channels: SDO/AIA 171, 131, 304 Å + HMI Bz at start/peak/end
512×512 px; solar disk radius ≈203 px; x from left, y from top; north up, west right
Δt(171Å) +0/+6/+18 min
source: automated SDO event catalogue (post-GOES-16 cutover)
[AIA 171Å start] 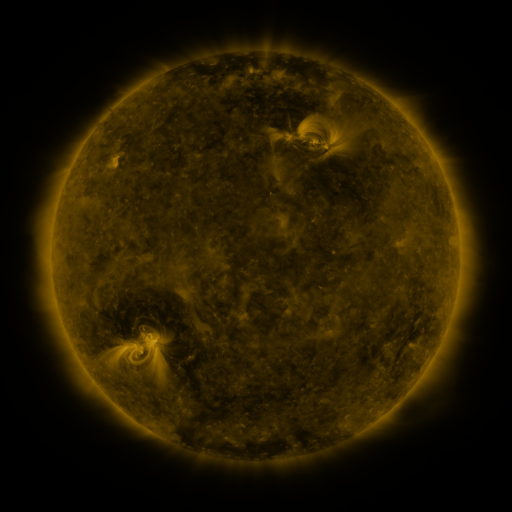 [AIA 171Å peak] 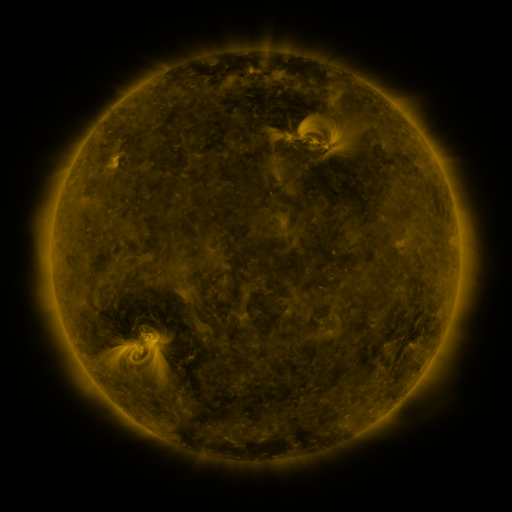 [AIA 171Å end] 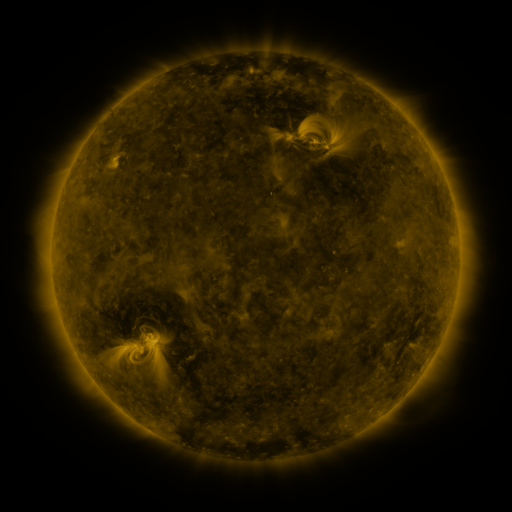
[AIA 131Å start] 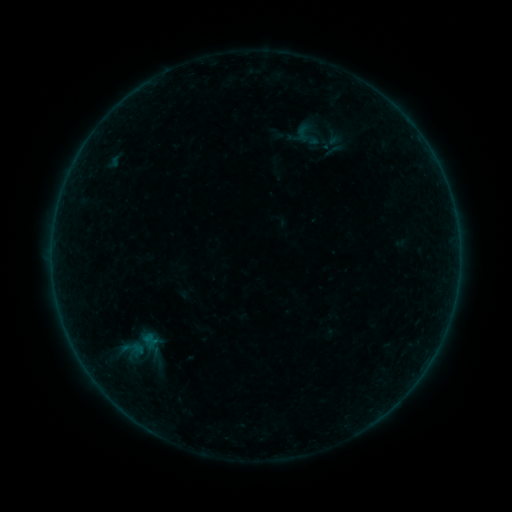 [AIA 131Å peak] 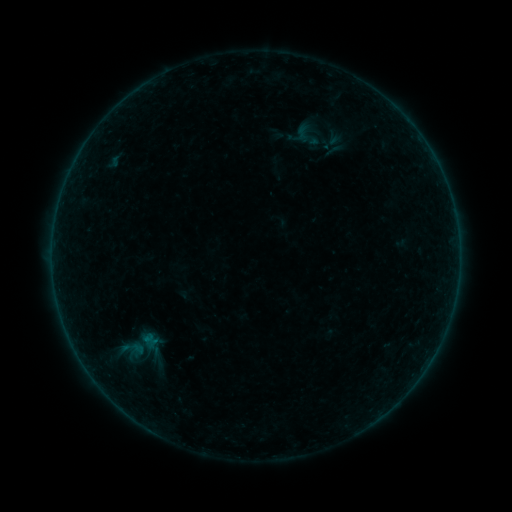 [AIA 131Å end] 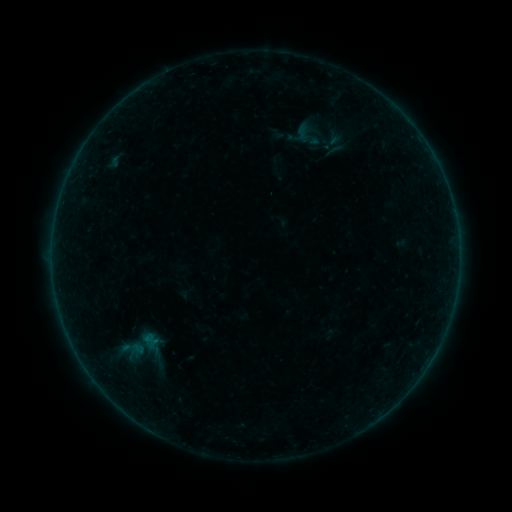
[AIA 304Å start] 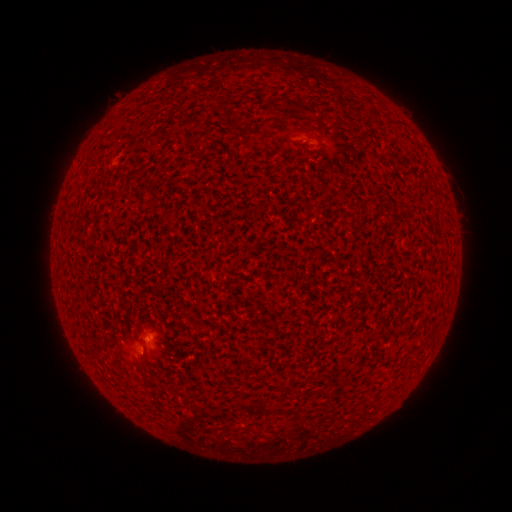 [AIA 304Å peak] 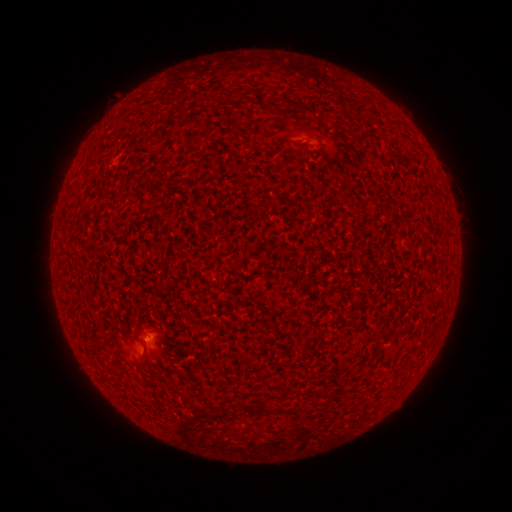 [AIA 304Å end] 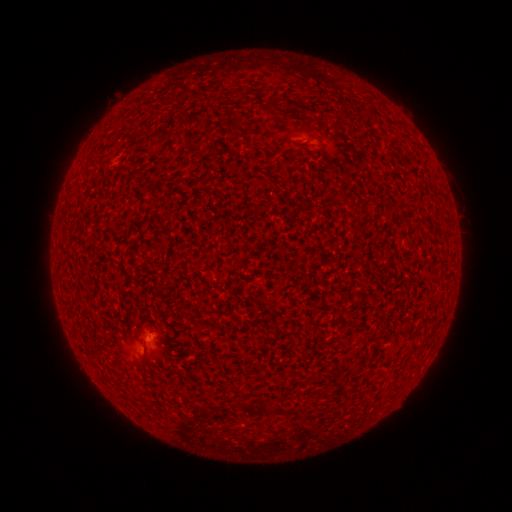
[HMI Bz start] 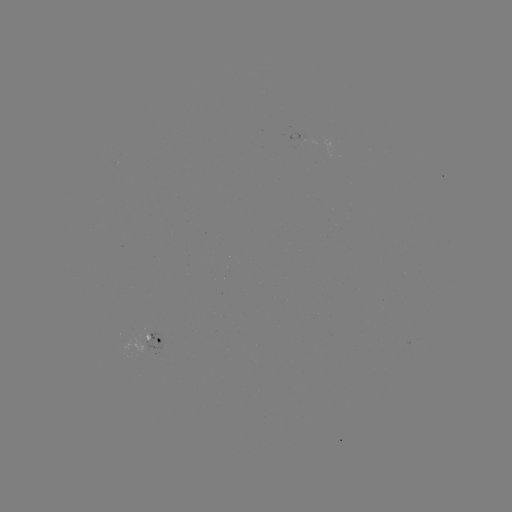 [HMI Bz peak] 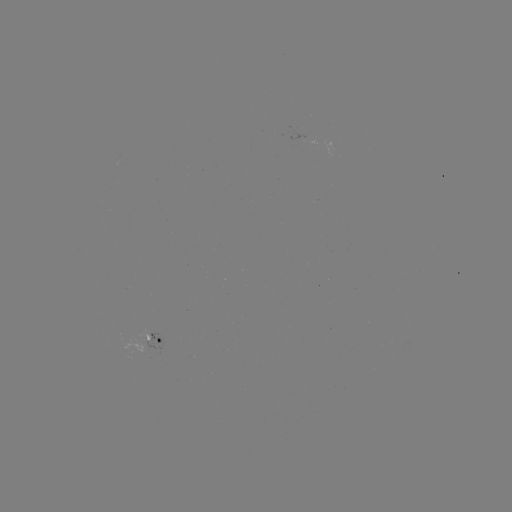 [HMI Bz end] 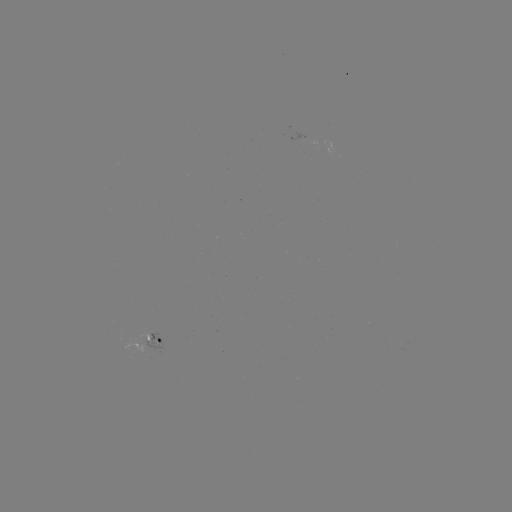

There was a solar flare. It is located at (146, 339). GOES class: A7.1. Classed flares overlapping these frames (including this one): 1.